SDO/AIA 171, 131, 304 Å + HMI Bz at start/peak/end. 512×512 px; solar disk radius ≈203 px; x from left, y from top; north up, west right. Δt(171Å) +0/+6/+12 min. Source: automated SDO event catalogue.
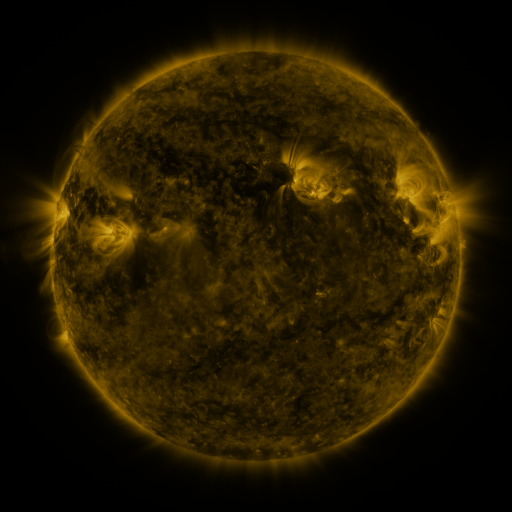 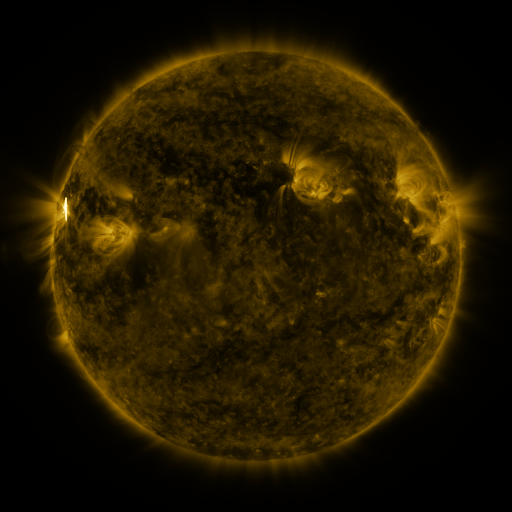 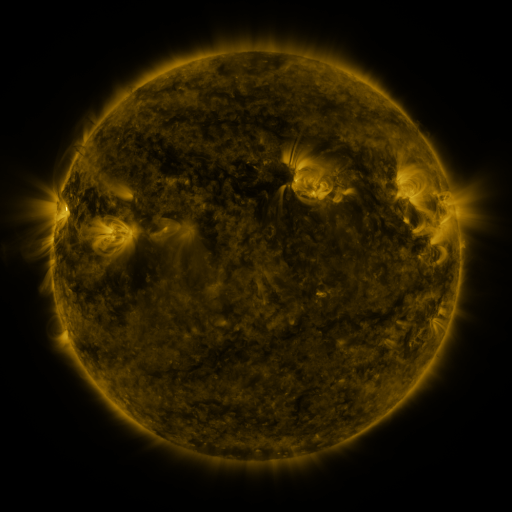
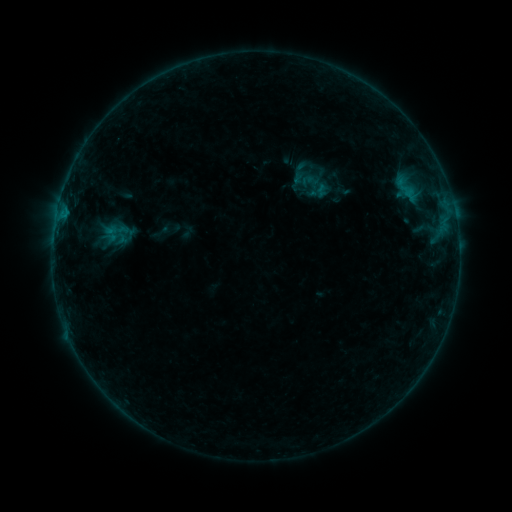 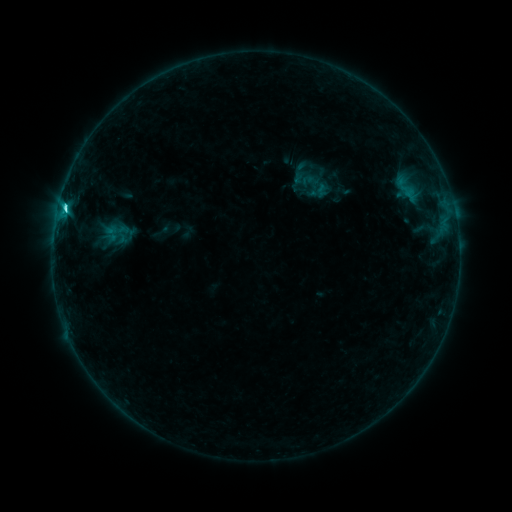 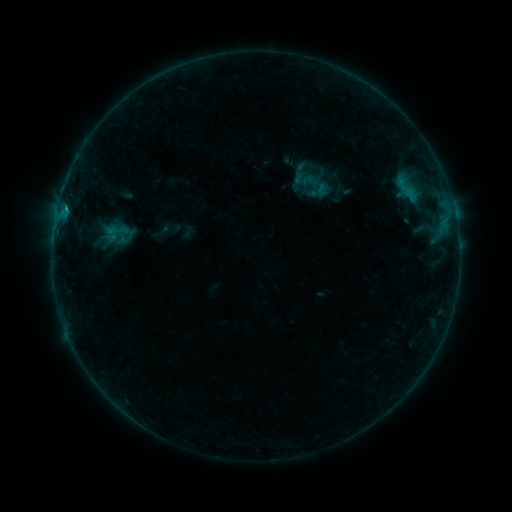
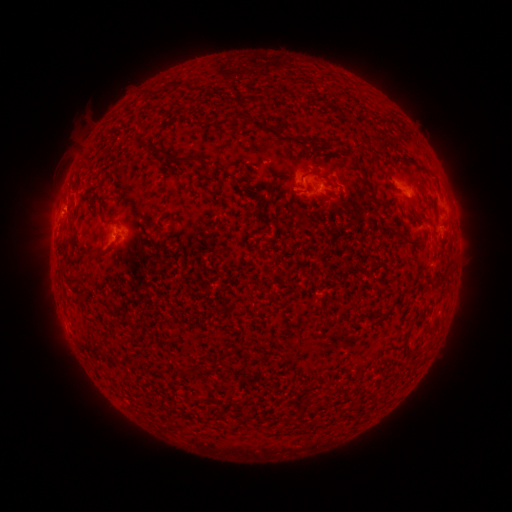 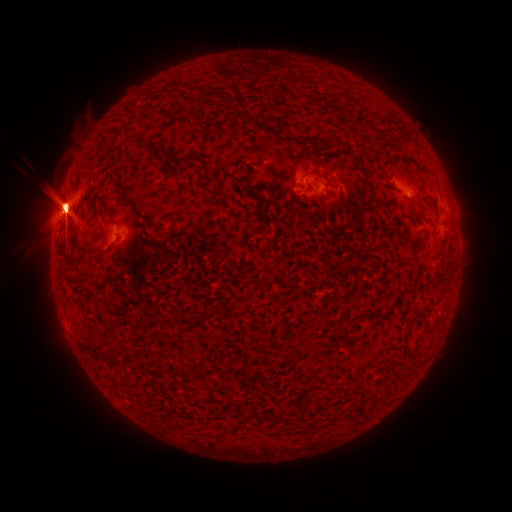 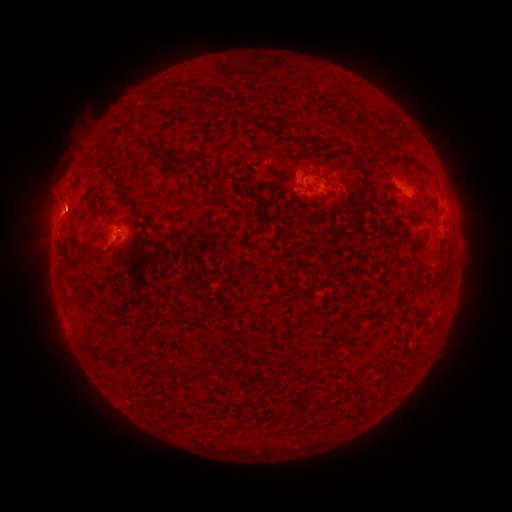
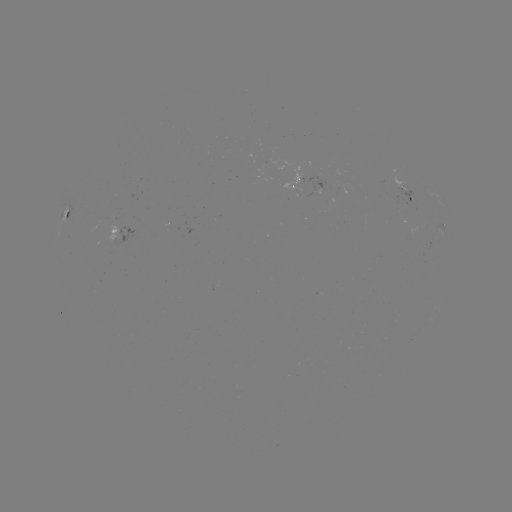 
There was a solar flare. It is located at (65, 210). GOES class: C1.7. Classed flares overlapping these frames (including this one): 1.